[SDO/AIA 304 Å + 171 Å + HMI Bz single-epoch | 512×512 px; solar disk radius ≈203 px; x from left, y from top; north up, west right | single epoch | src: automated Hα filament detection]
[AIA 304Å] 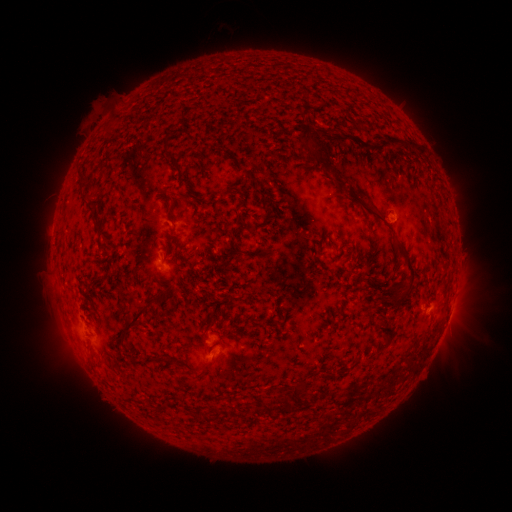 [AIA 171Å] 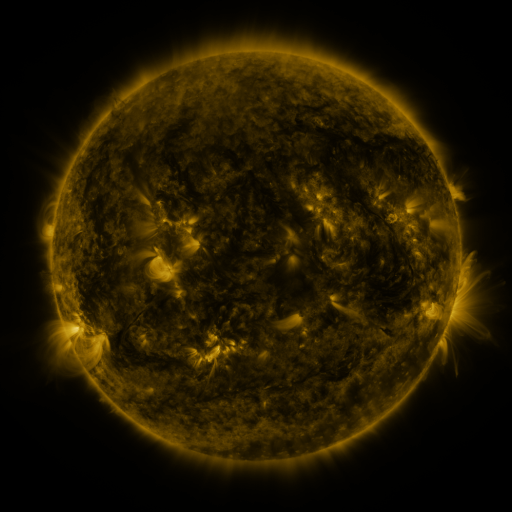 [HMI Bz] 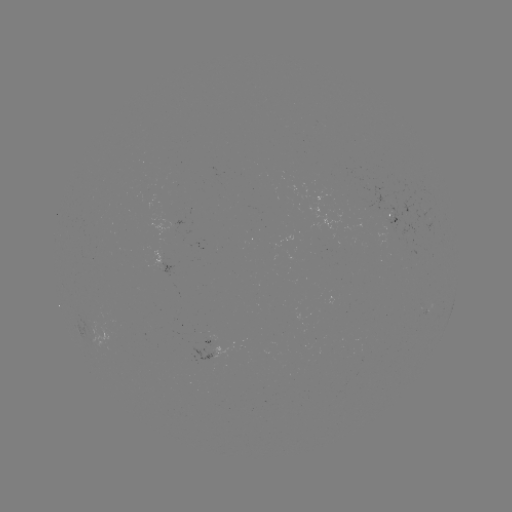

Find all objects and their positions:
filament: (116, 119)
filament: (341, 140)
filament: (167, 141)
filament: (407, 141)
filament: (307, 143)
filament: (379, 144)
filament: (168, 156)
filament: (174, 166)
filament: (80, 177)
filament: (340, 188)
filament: (182, 198)
filament: (366, 208)
filament: (90, 210)
filament: (266, 217)
filament: (172, 241)
filament: (332, 243)
filament: (320, 261)
filament: (410, 266)
filament: (143, 312)
filament: (211, 325)
filament: (388, 330)
filament: (298, 396)
filament: (283, 406)
